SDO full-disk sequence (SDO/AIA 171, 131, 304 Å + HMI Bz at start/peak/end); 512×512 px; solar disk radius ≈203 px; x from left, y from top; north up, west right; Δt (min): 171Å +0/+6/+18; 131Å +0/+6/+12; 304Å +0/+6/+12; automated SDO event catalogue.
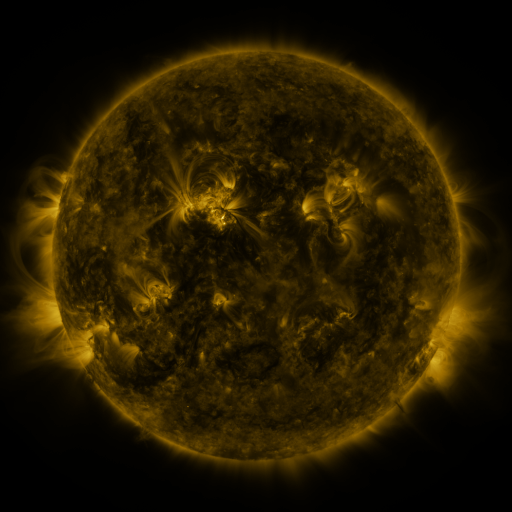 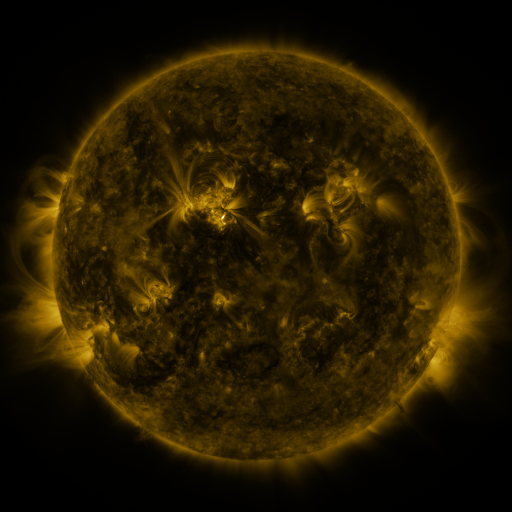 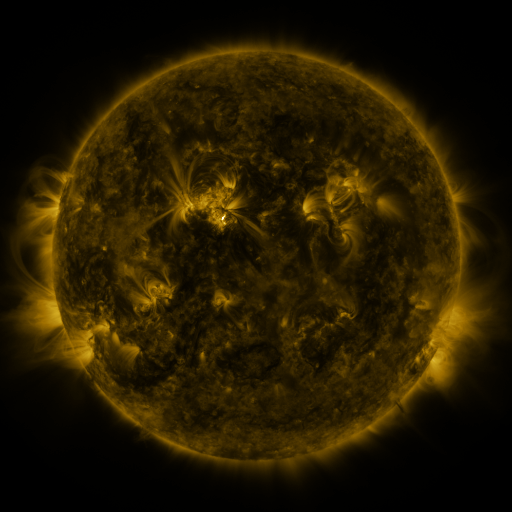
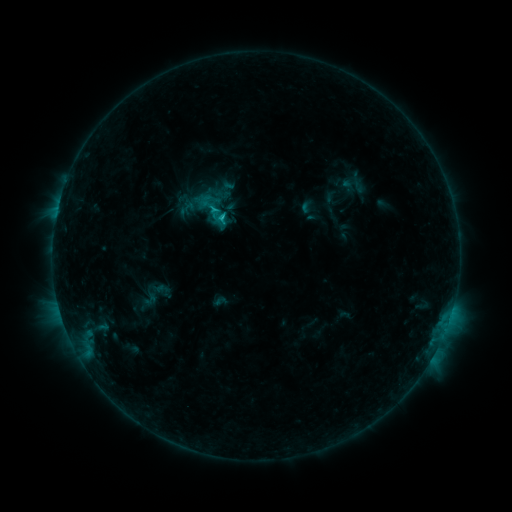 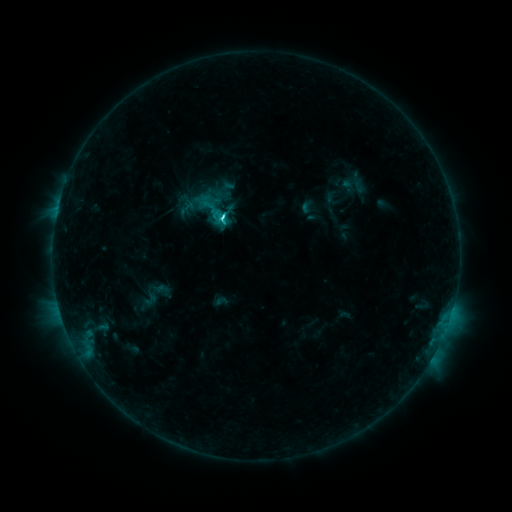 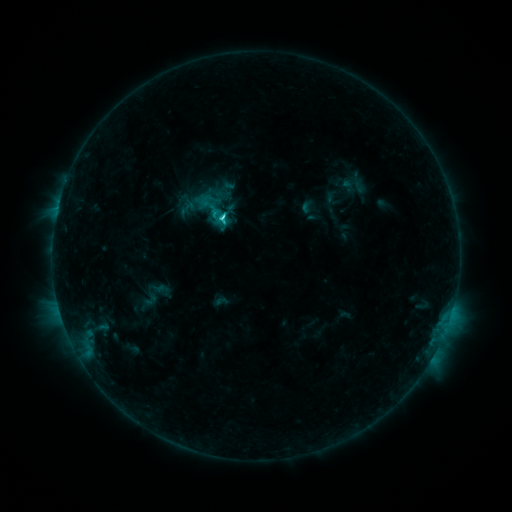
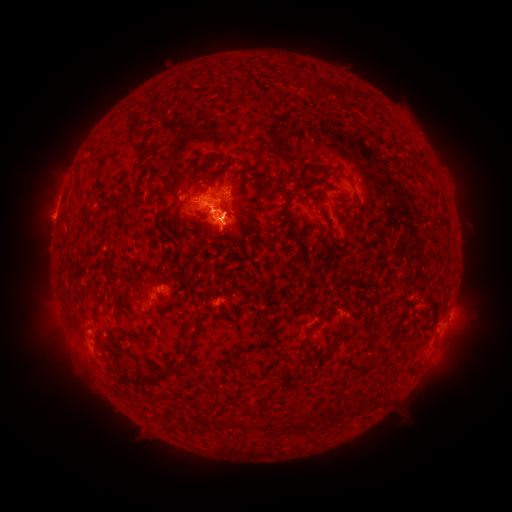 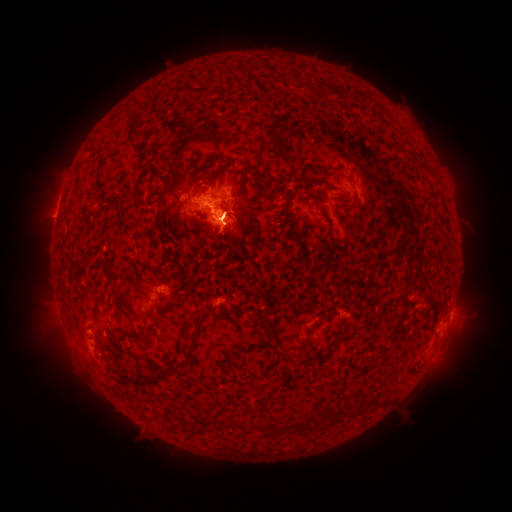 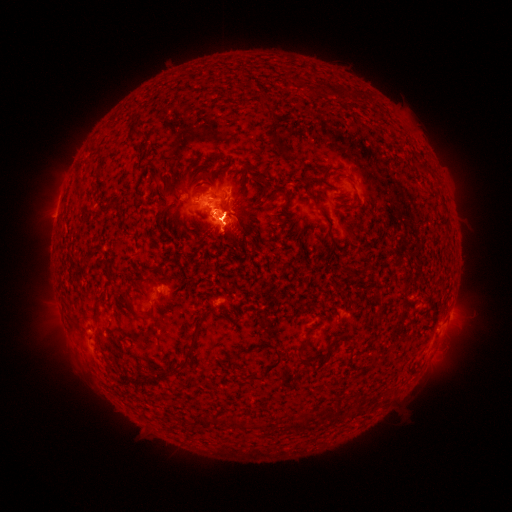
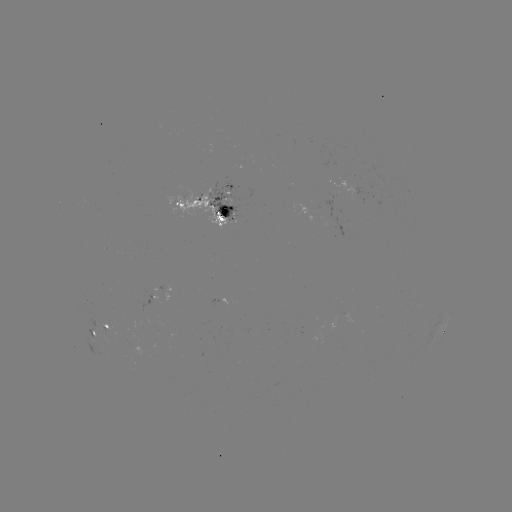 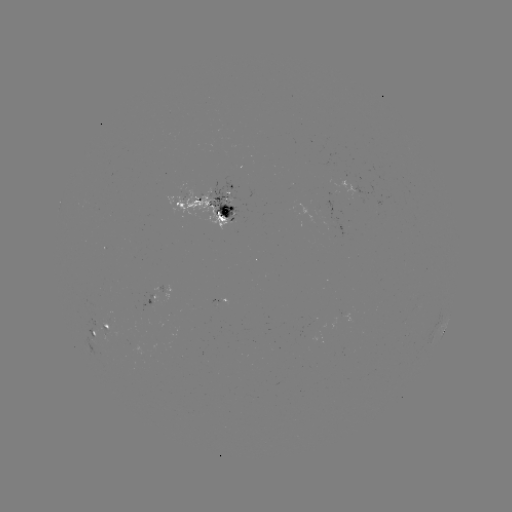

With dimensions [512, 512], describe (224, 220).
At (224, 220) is C4.7 flare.